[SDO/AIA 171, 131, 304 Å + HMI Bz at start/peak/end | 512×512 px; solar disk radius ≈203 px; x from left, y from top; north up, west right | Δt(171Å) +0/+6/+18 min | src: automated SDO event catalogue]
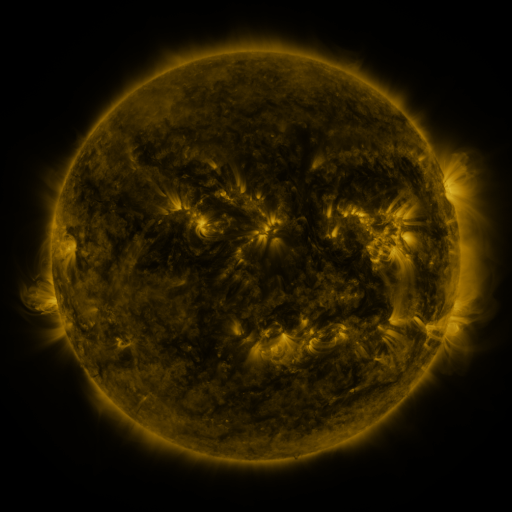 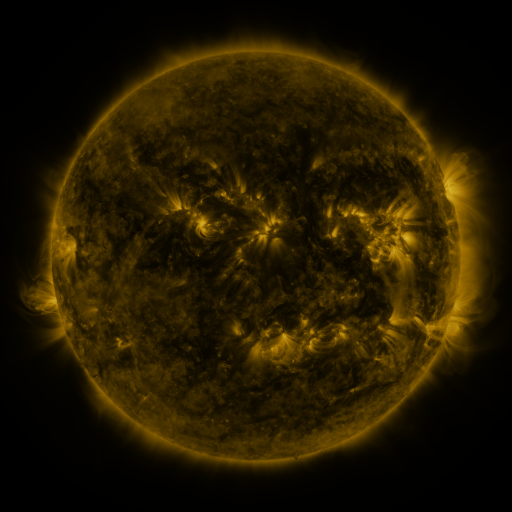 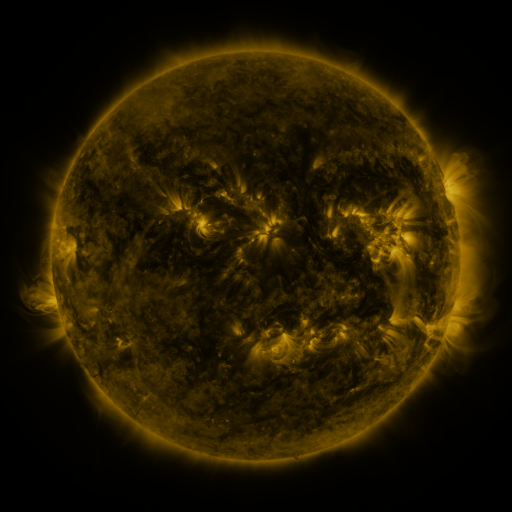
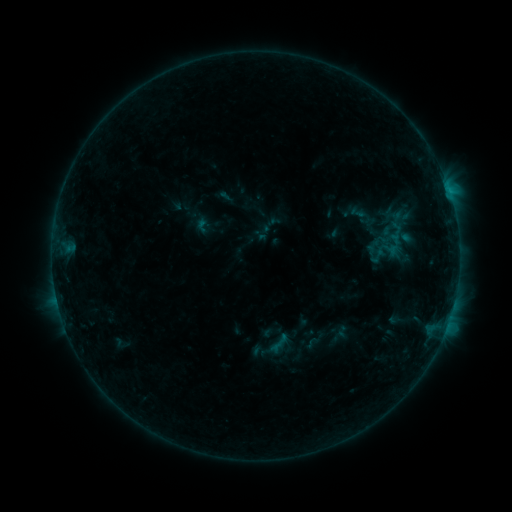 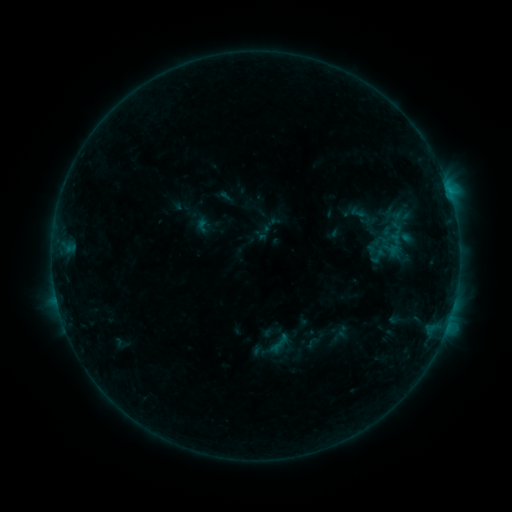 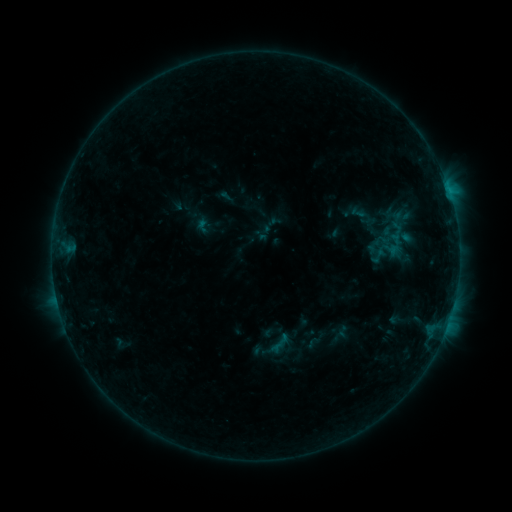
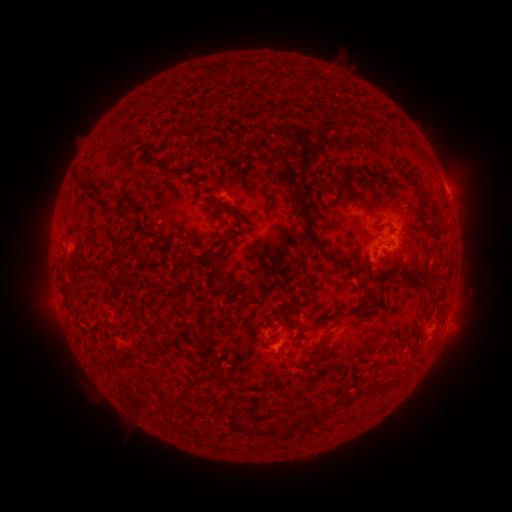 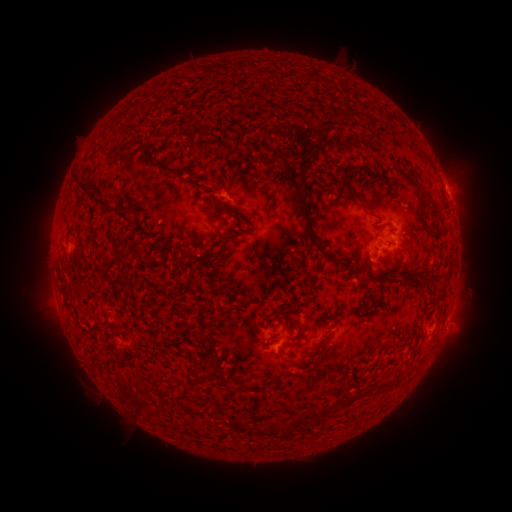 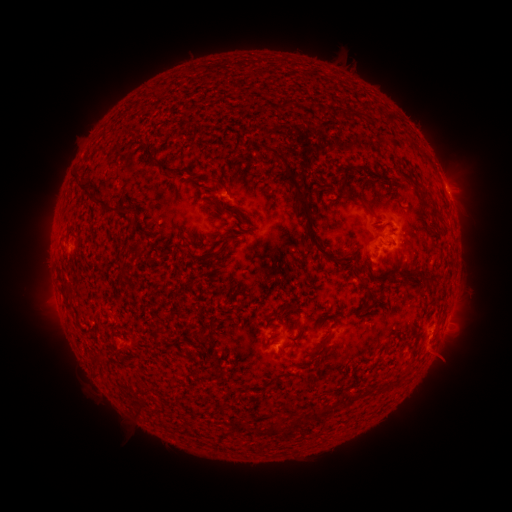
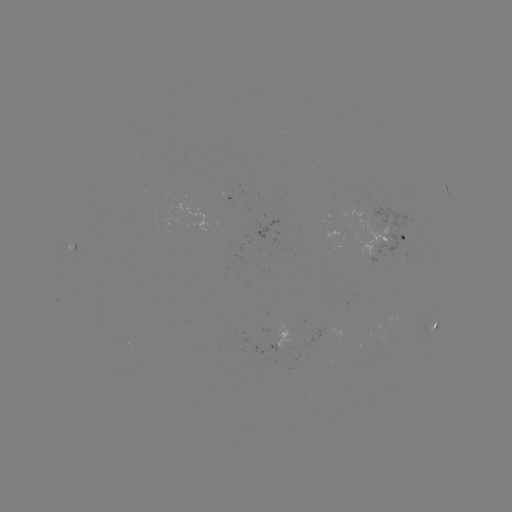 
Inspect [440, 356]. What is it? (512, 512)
eruption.